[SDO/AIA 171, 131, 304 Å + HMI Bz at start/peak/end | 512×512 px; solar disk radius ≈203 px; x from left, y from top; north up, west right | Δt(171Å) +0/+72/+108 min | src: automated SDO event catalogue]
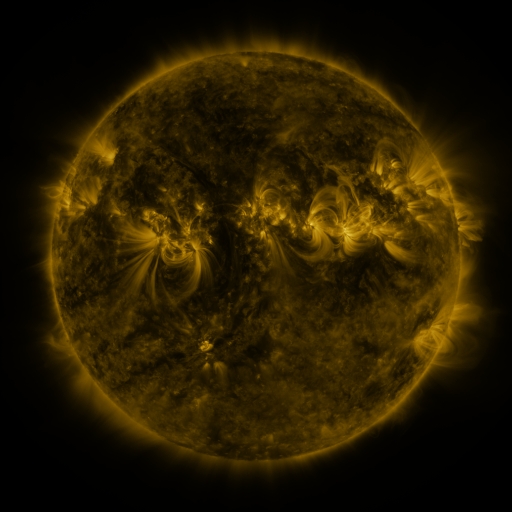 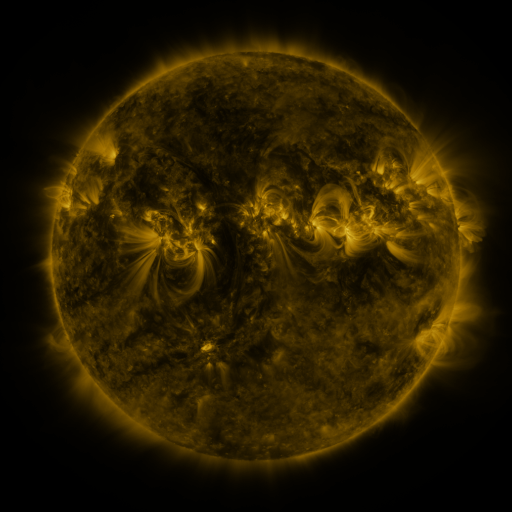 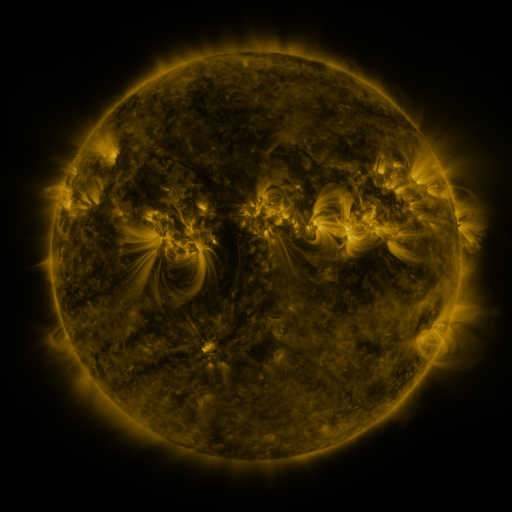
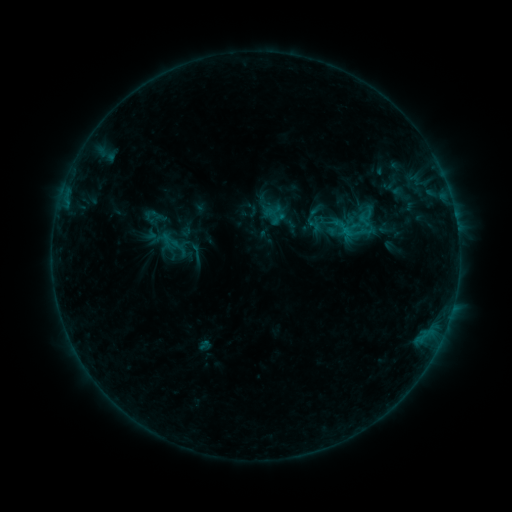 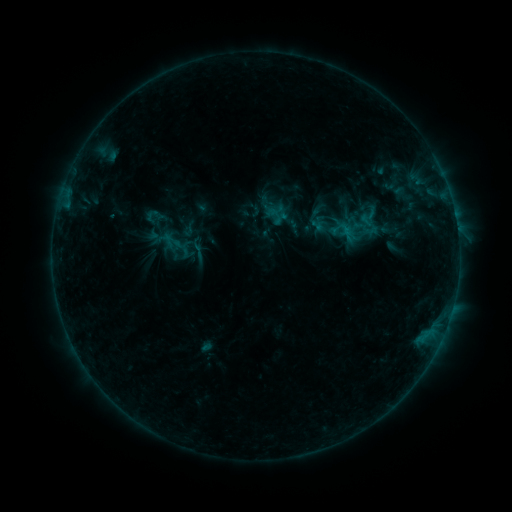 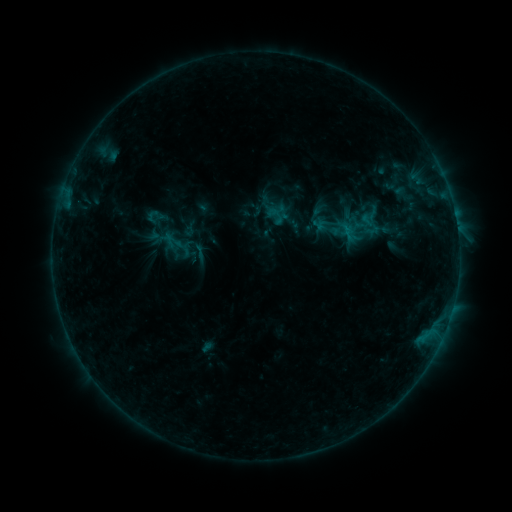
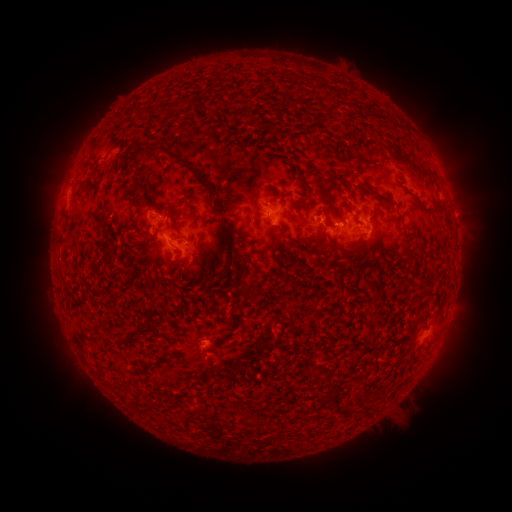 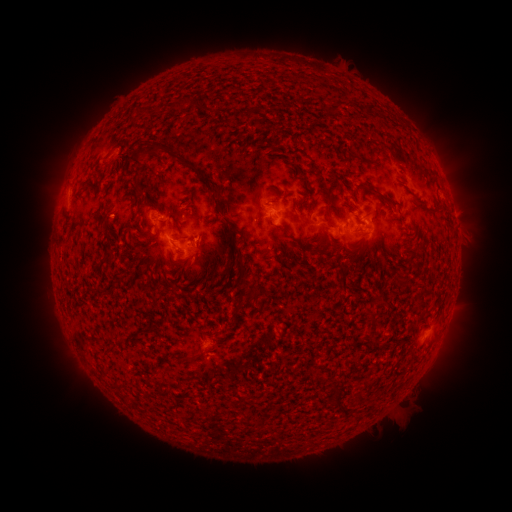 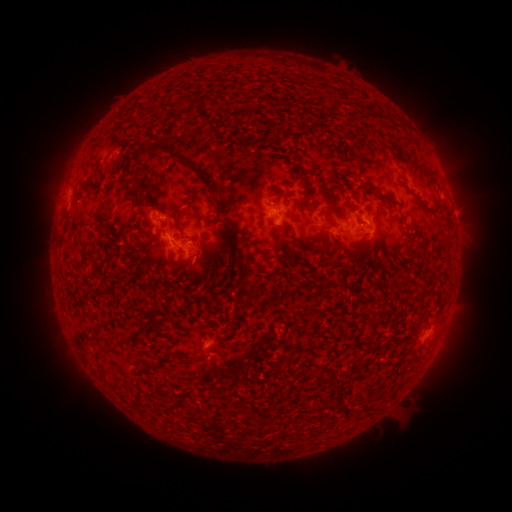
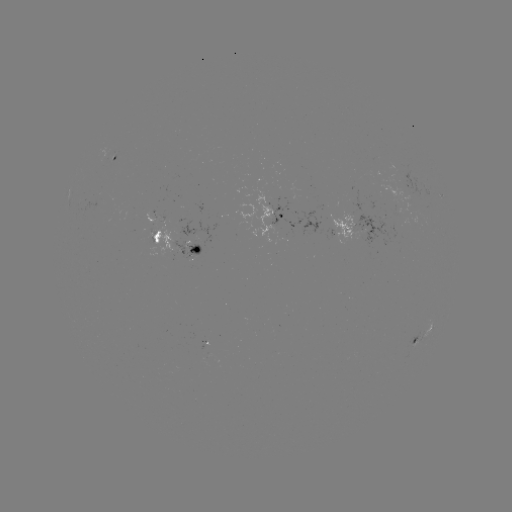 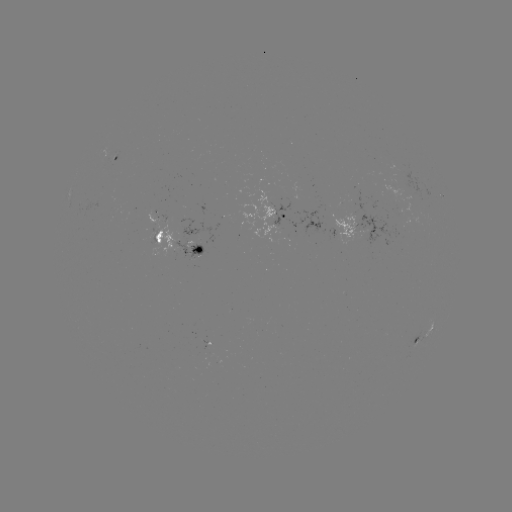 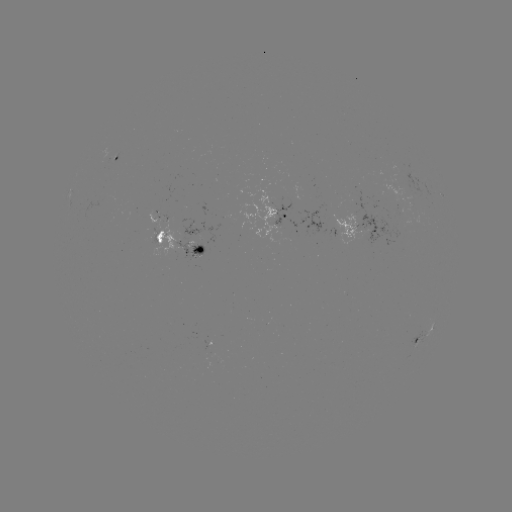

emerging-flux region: <bbox>179, 218, 213, 248</bbox>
